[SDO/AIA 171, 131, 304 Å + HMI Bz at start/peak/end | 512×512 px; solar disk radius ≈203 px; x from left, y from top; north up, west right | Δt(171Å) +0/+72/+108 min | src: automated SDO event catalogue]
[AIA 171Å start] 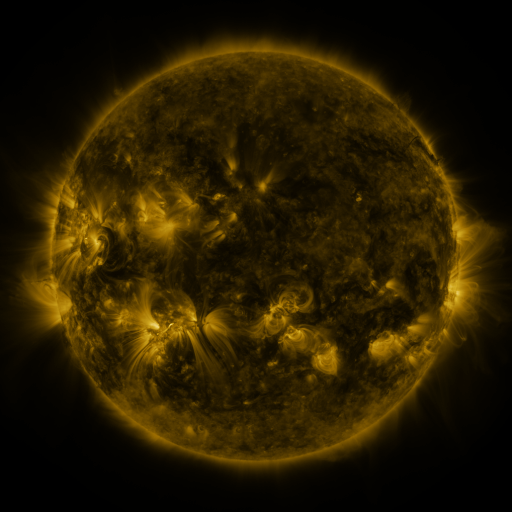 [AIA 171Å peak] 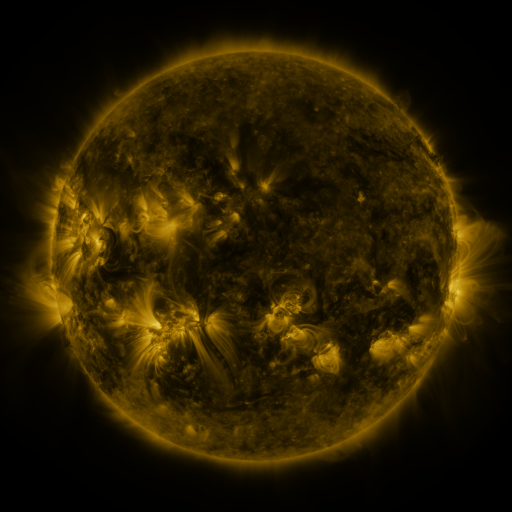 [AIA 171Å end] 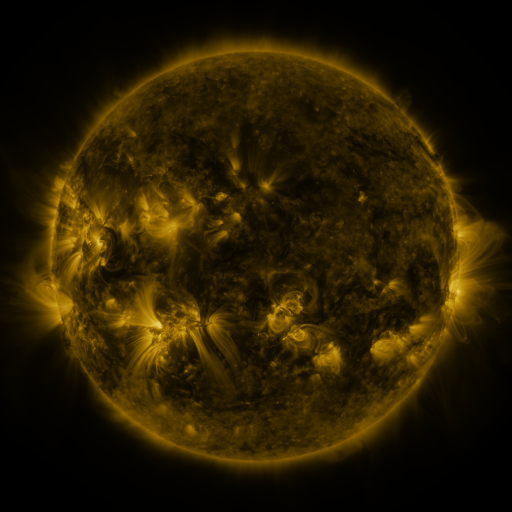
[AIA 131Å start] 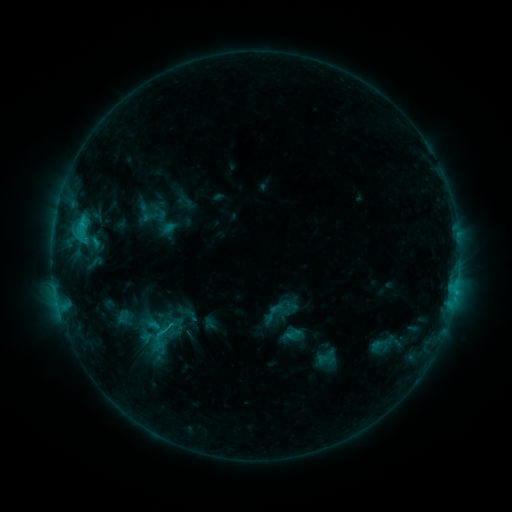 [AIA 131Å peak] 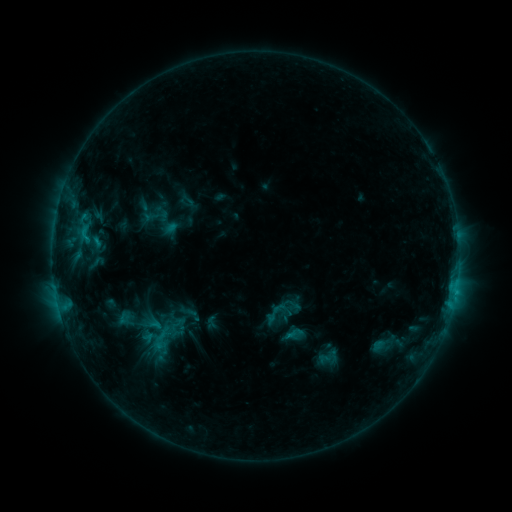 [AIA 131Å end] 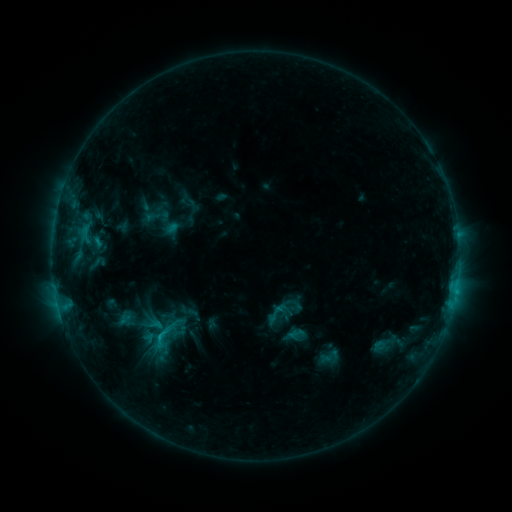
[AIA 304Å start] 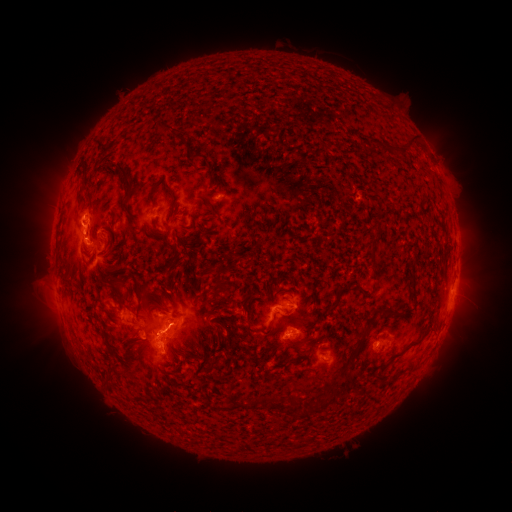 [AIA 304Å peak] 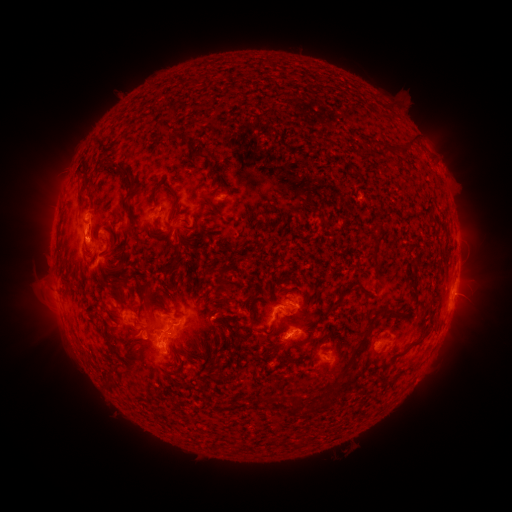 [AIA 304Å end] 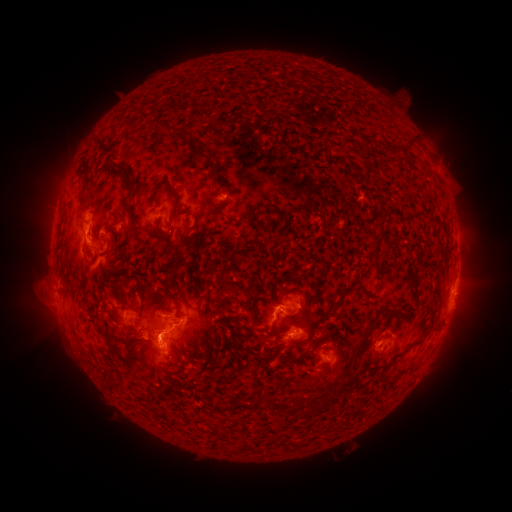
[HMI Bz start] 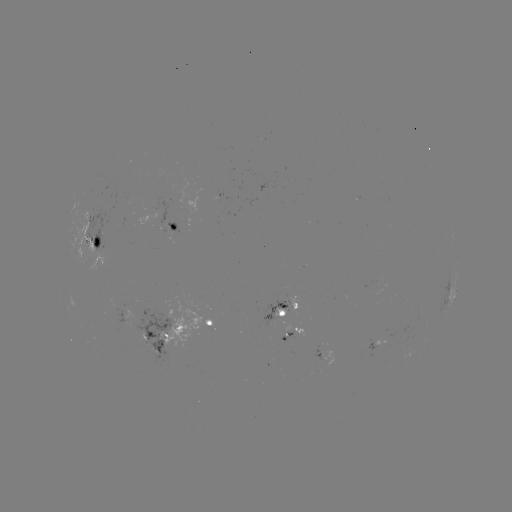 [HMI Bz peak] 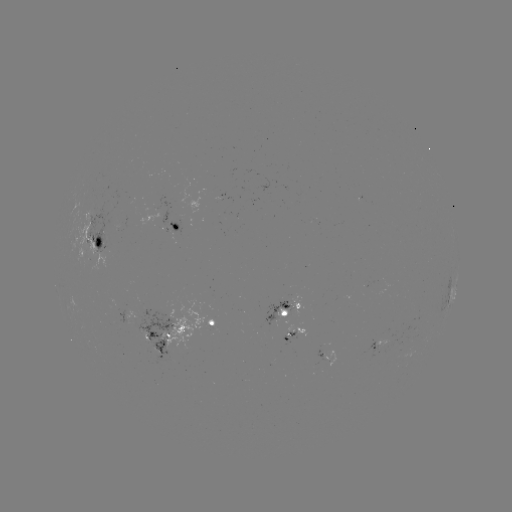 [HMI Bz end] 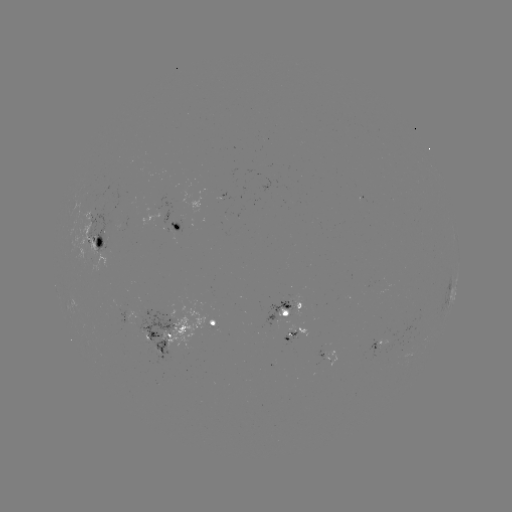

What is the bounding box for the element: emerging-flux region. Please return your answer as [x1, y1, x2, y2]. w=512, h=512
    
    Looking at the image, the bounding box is [367, 282, 381, 295].